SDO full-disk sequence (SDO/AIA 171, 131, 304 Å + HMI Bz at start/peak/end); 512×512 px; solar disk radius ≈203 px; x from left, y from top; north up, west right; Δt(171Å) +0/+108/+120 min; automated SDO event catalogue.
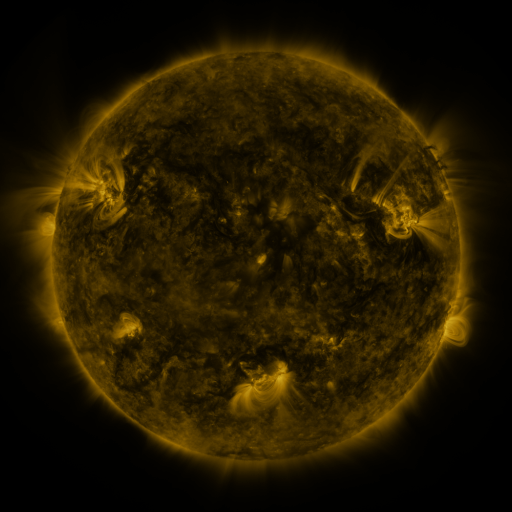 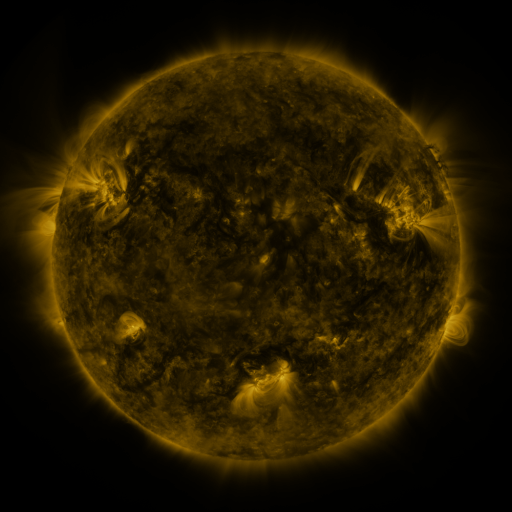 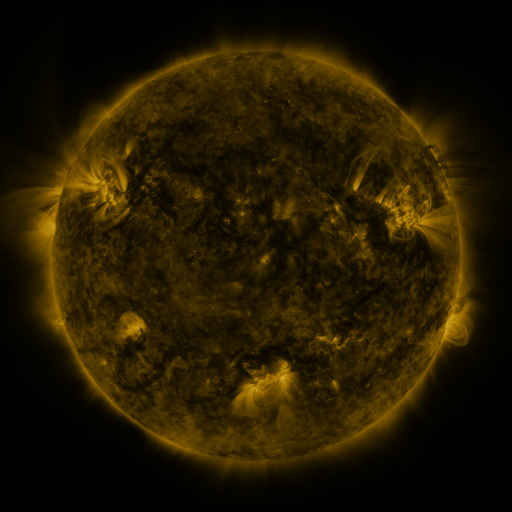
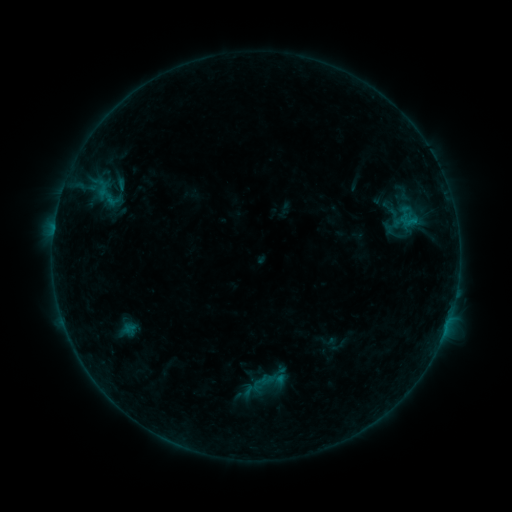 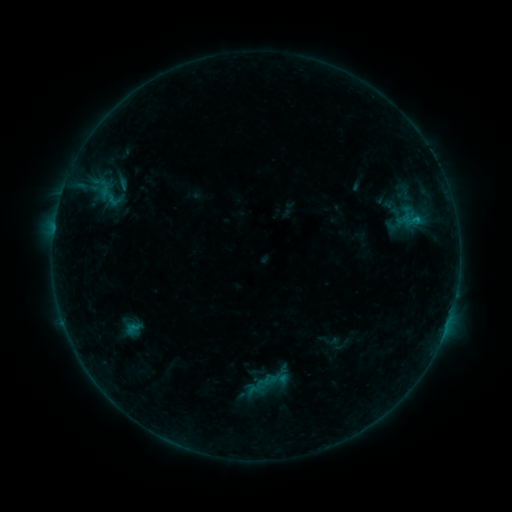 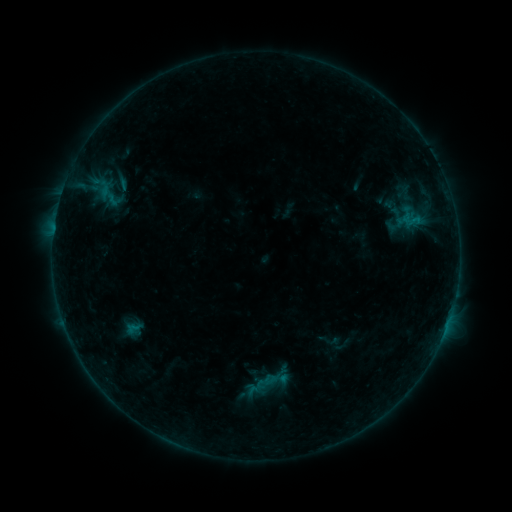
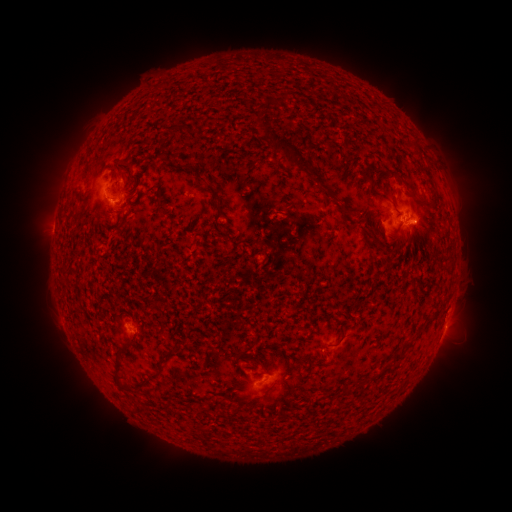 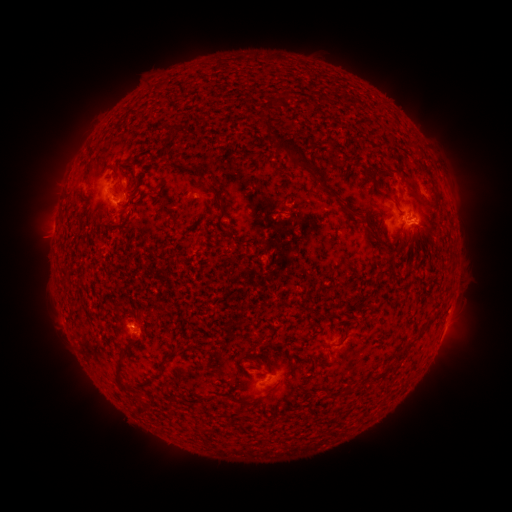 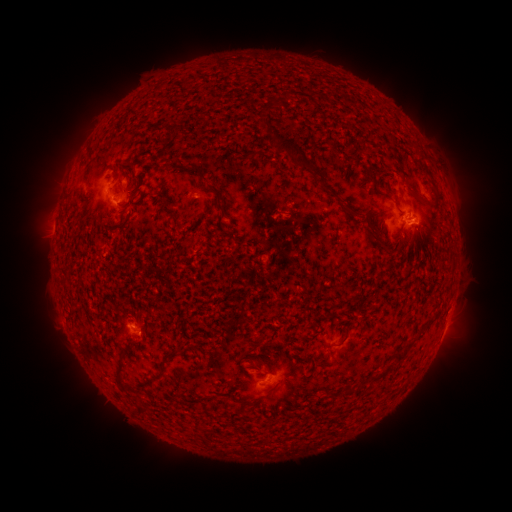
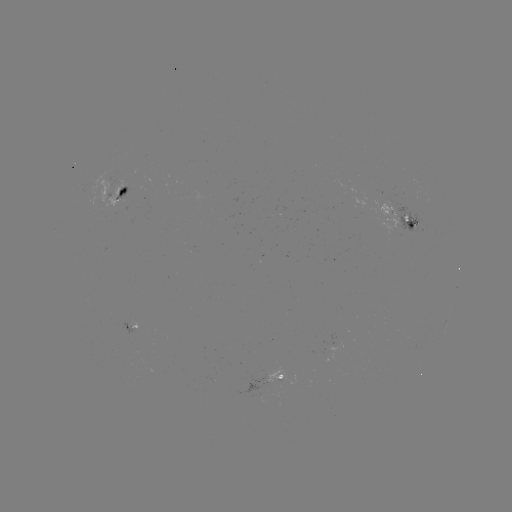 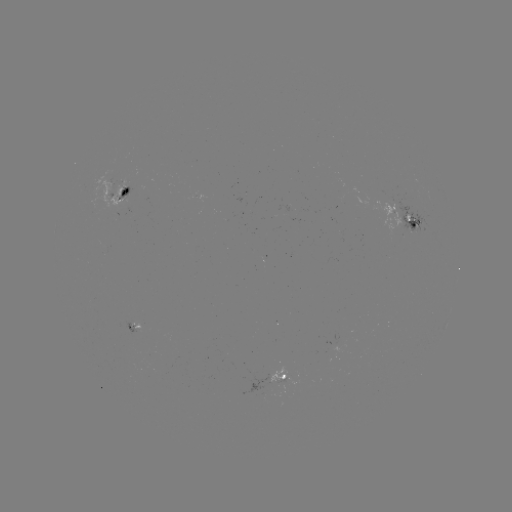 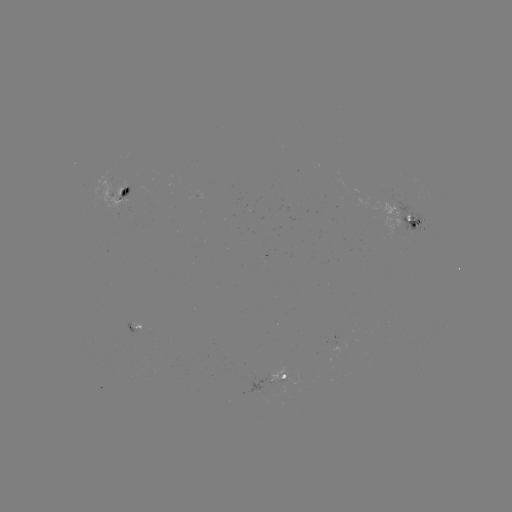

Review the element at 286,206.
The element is emerging-flux region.